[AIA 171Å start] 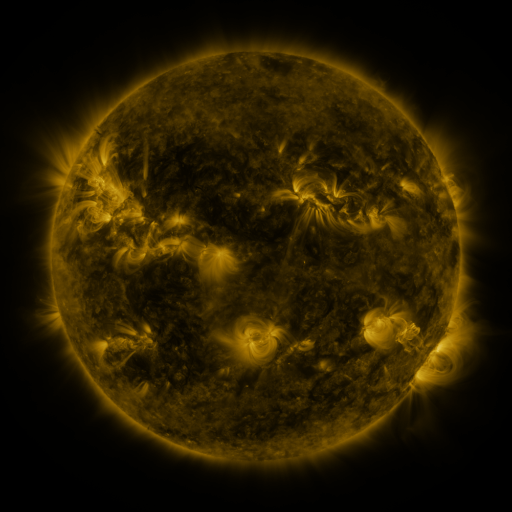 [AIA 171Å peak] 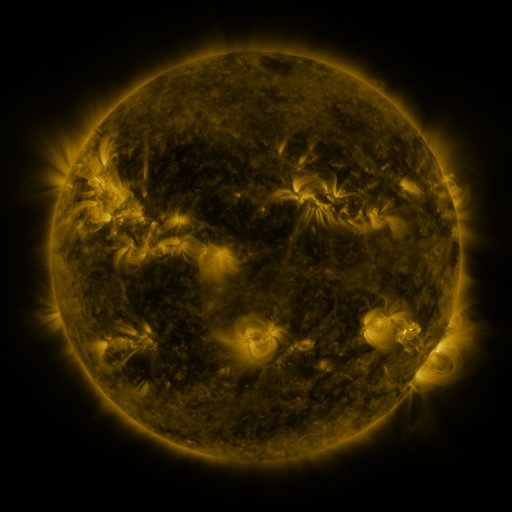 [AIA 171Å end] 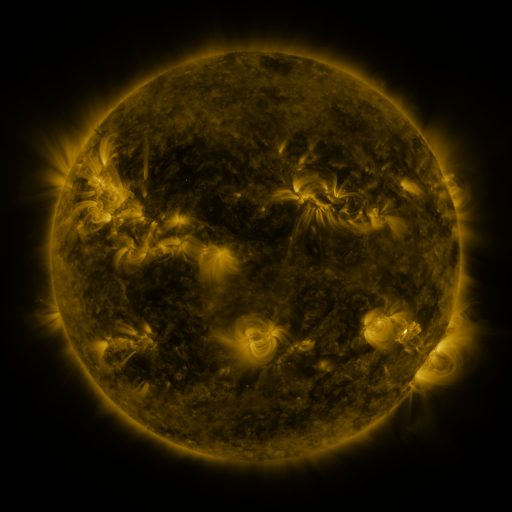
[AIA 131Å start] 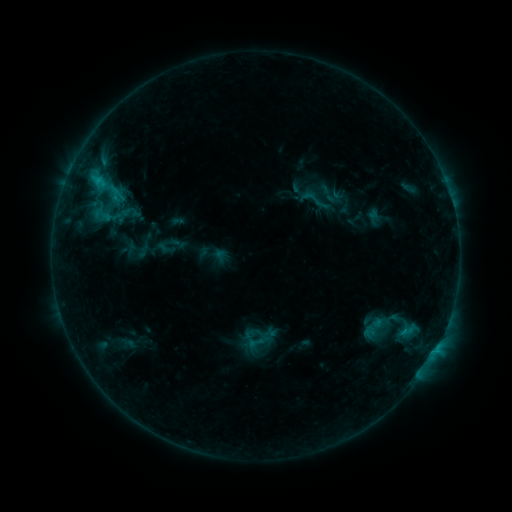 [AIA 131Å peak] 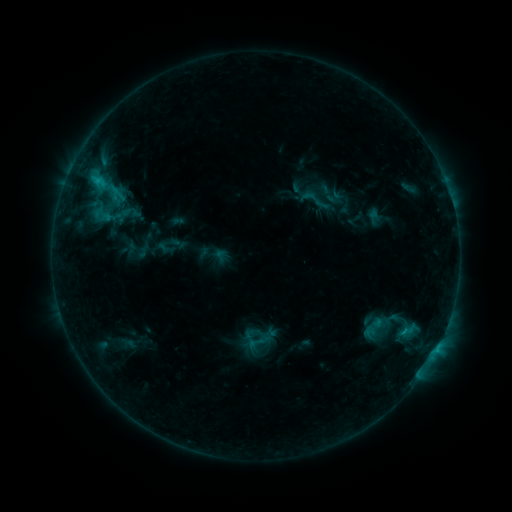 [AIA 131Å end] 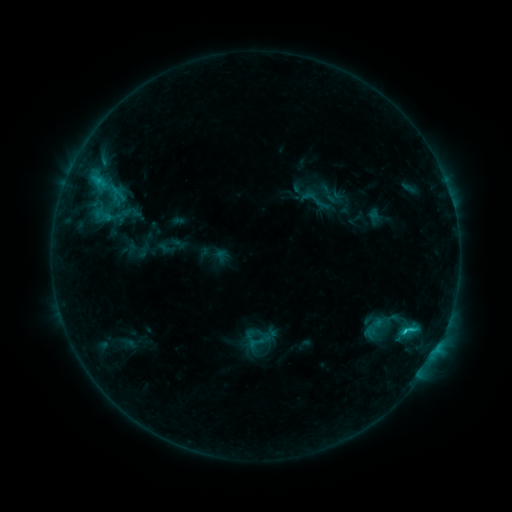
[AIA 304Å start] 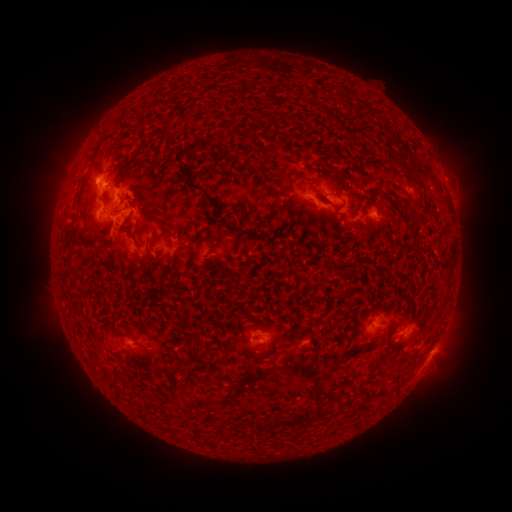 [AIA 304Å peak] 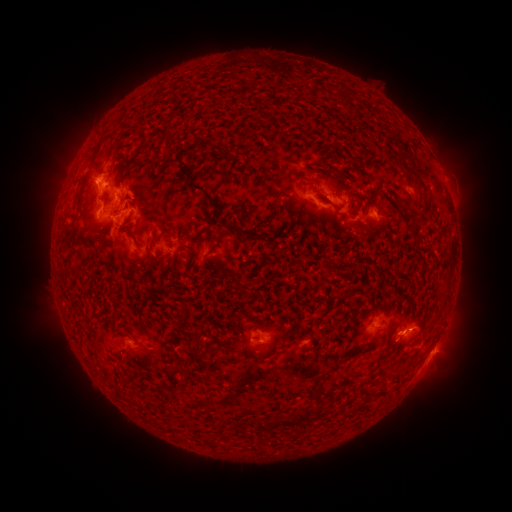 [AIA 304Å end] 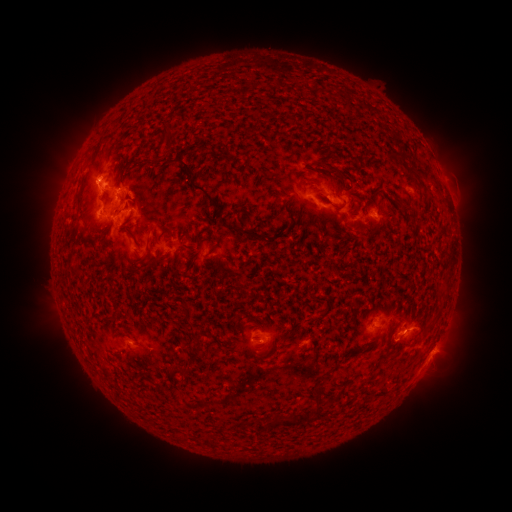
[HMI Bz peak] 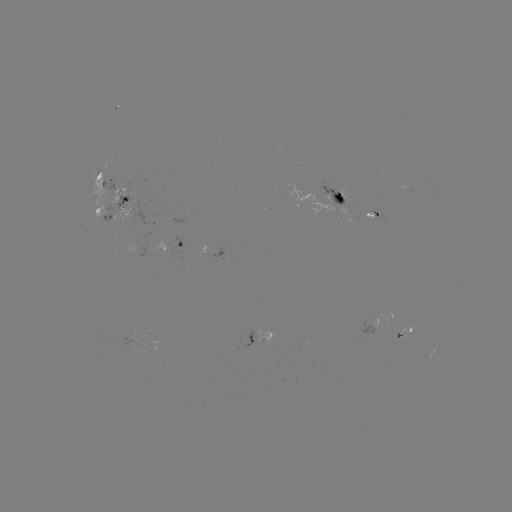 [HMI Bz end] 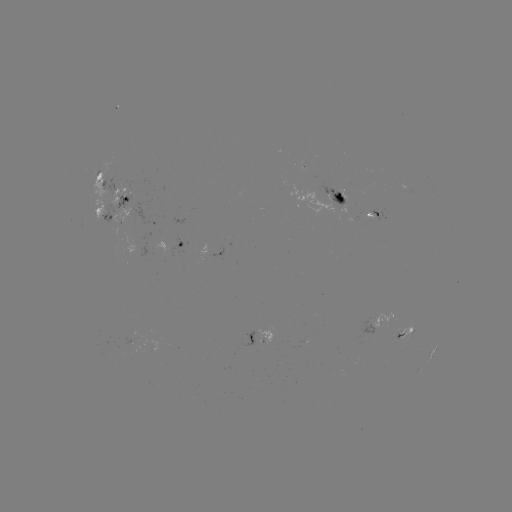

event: flare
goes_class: C4.6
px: (403, 331)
